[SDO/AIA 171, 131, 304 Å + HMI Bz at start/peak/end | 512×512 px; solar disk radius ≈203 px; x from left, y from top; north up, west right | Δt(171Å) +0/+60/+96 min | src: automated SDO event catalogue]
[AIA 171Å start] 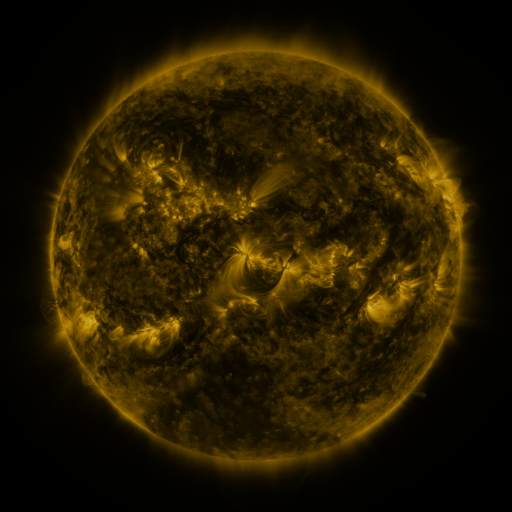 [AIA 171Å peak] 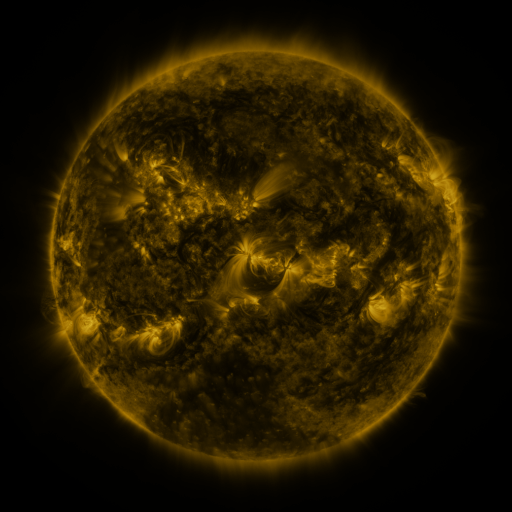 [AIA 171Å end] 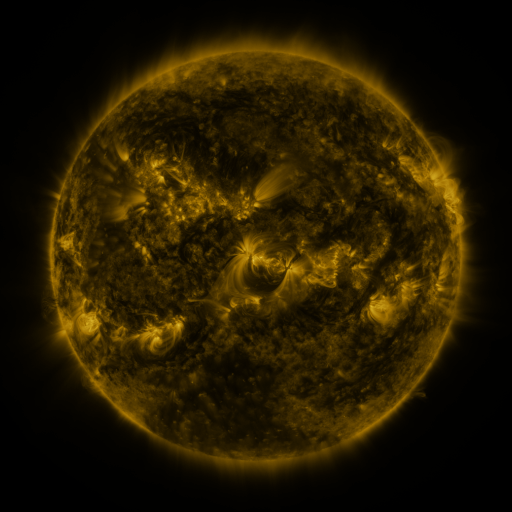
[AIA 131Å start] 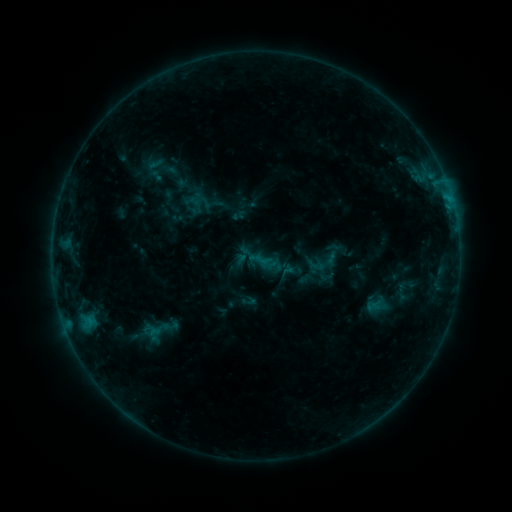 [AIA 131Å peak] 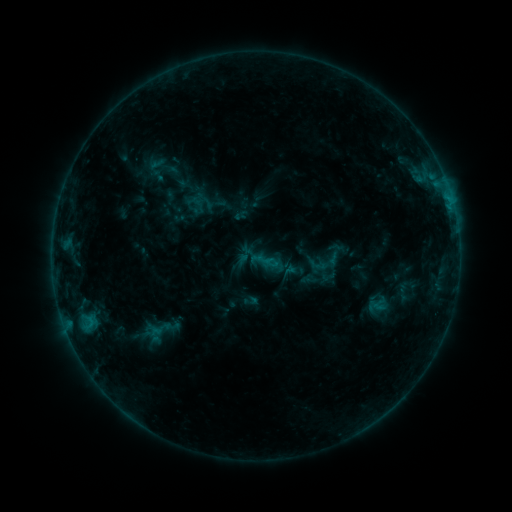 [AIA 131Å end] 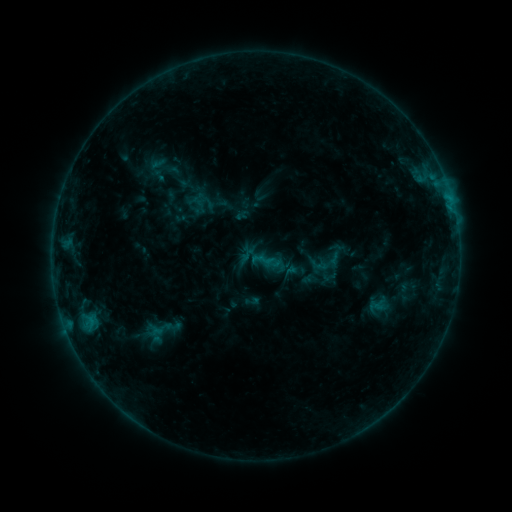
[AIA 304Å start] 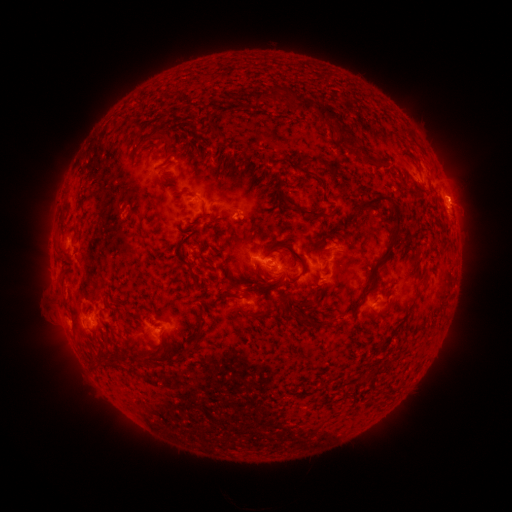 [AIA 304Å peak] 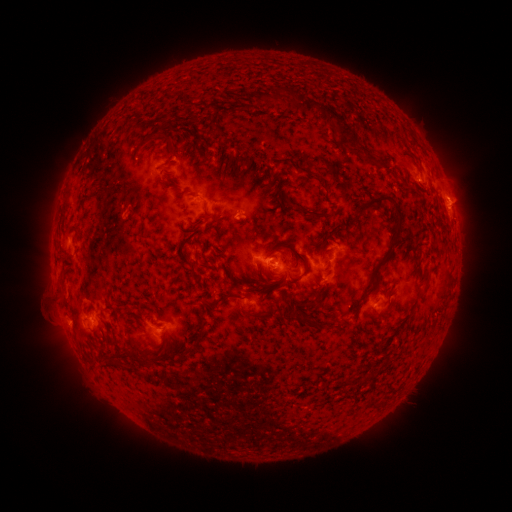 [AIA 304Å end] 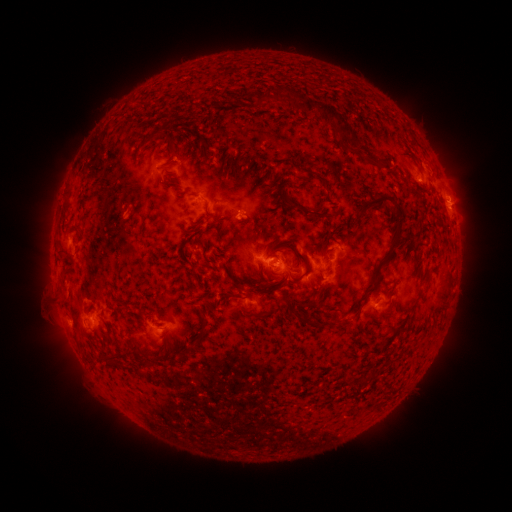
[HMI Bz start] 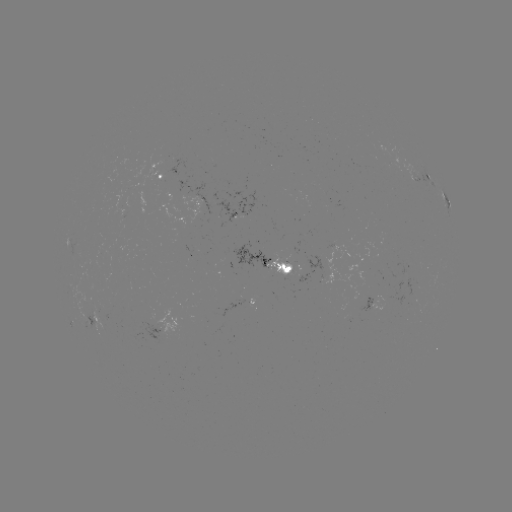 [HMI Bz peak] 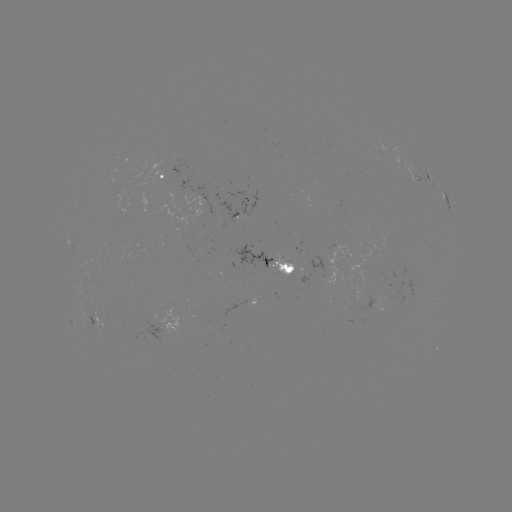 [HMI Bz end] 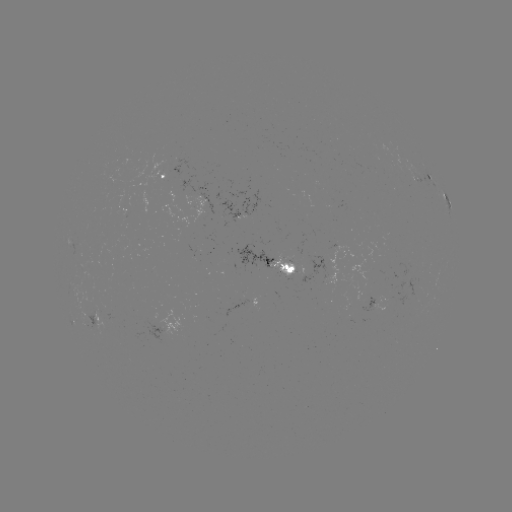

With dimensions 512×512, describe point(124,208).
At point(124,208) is emerging-flux region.